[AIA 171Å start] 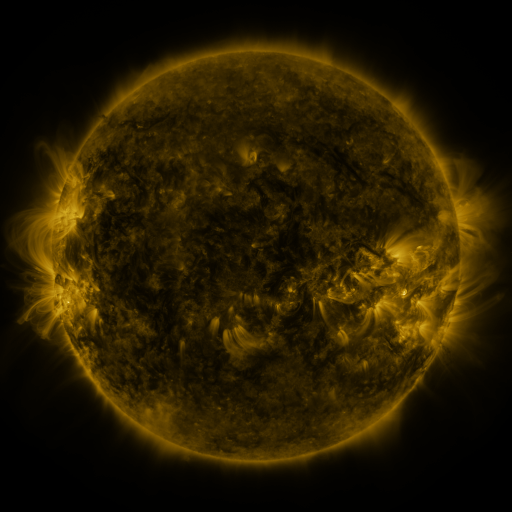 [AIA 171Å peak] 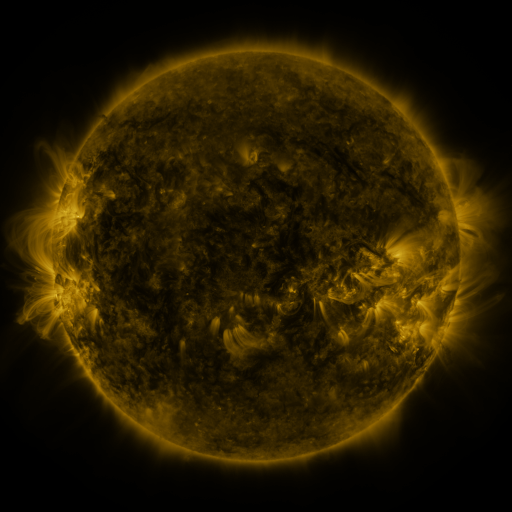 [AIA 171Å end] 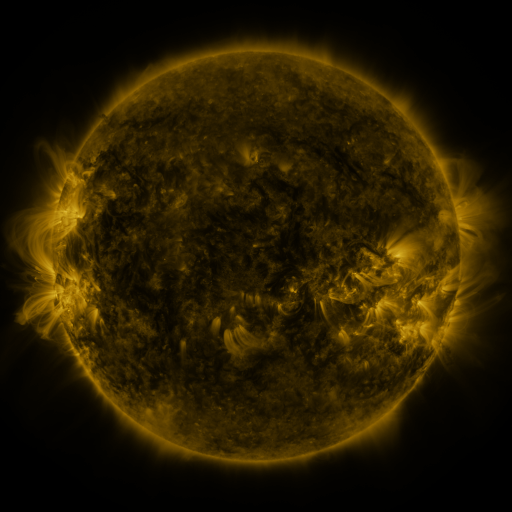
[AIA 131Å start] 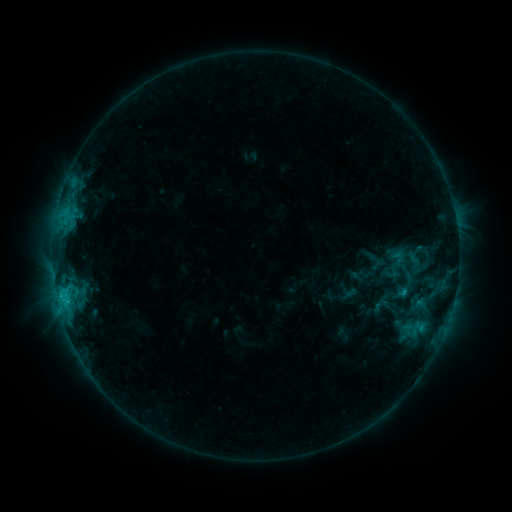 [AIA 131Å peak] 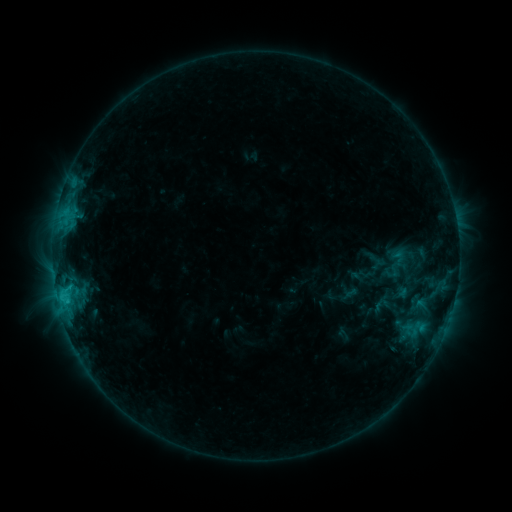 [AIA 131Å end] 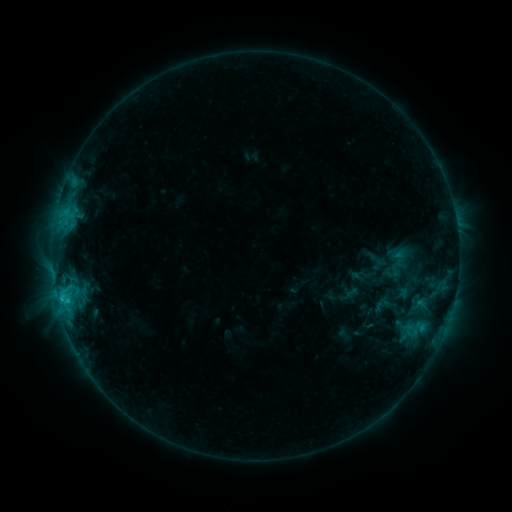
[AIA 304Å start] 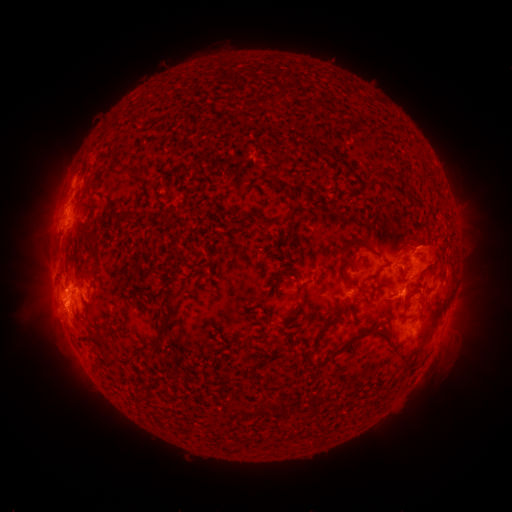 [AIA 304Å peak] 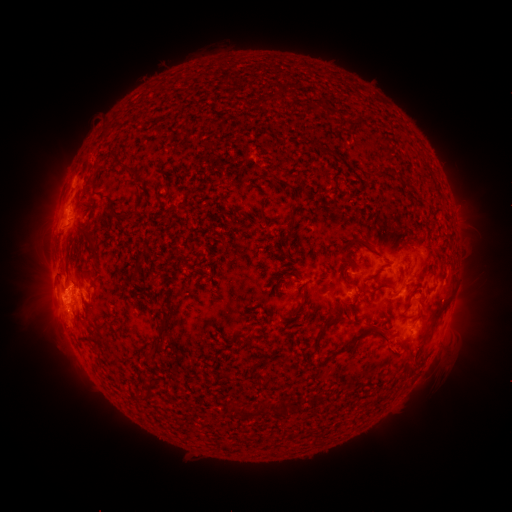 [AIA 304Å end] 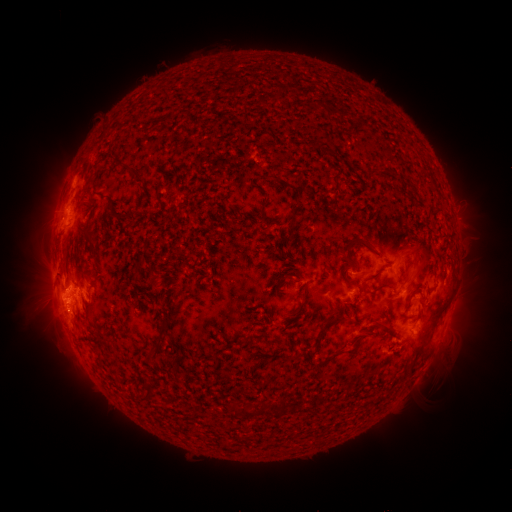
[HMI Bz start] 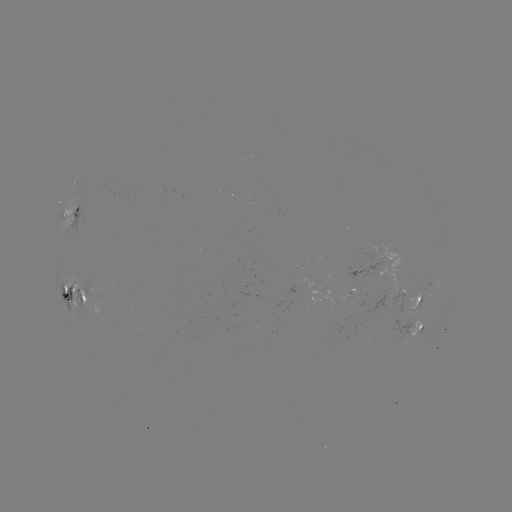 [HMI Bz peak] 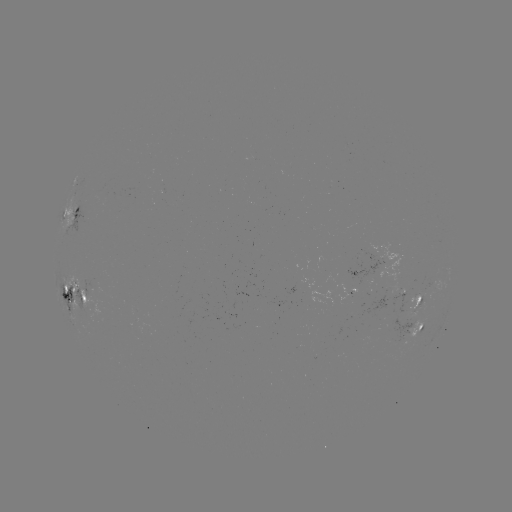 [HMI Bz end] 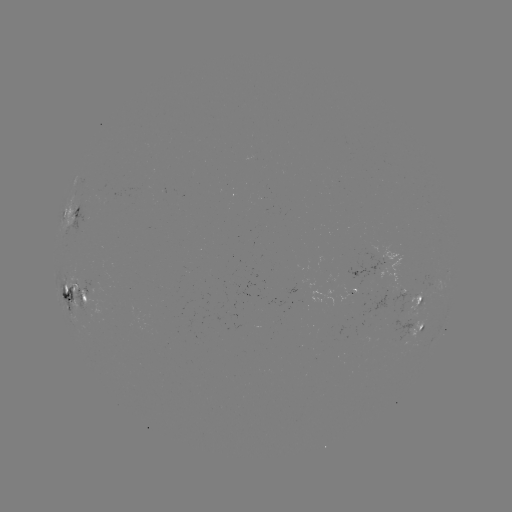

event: eruption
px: (391, 347)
